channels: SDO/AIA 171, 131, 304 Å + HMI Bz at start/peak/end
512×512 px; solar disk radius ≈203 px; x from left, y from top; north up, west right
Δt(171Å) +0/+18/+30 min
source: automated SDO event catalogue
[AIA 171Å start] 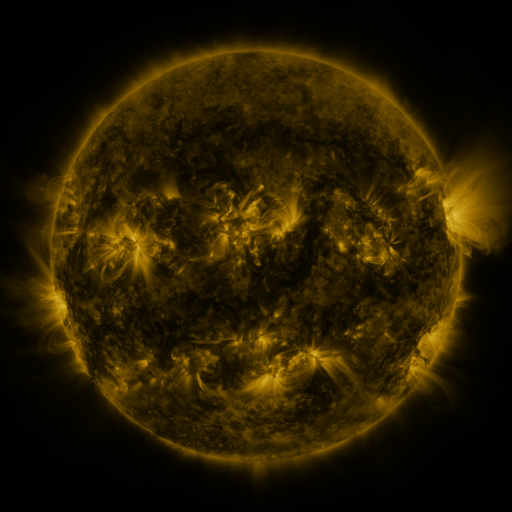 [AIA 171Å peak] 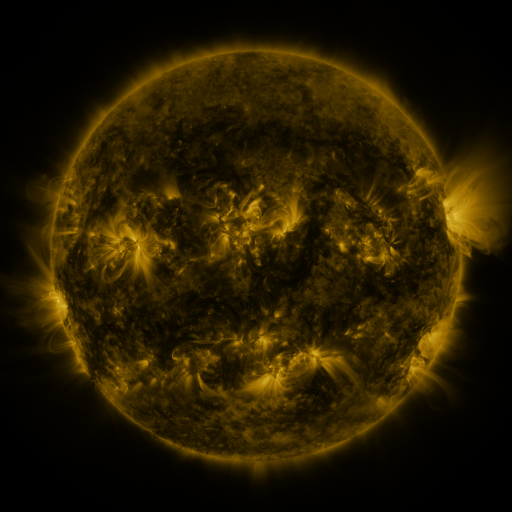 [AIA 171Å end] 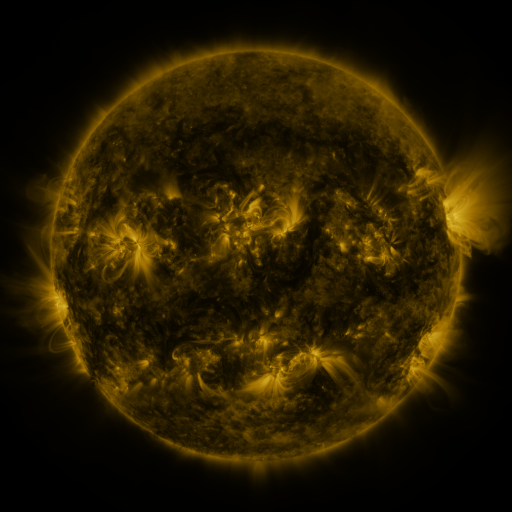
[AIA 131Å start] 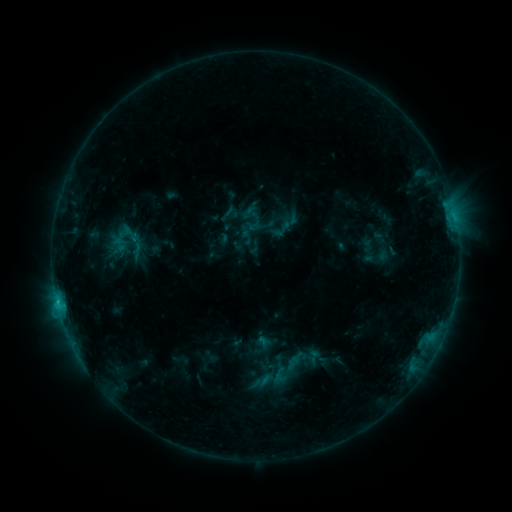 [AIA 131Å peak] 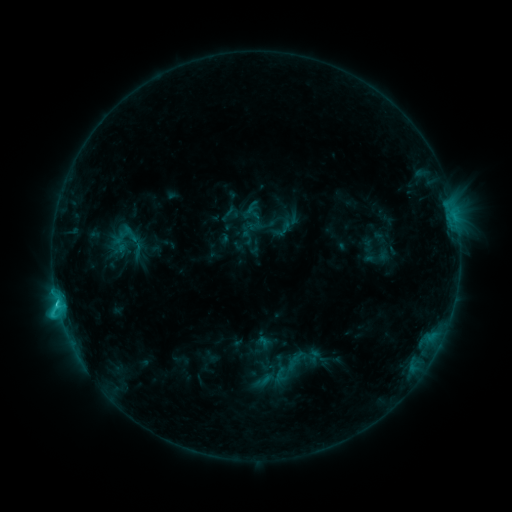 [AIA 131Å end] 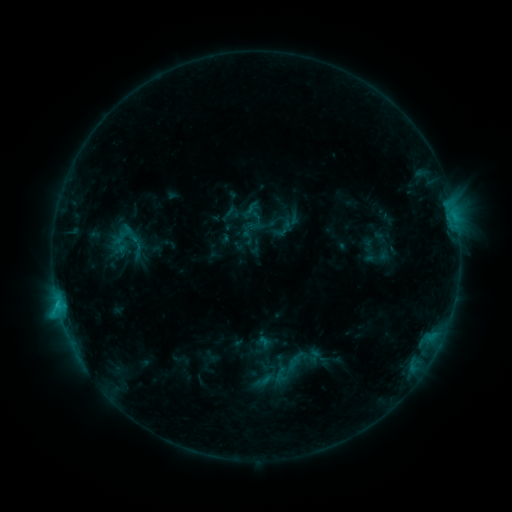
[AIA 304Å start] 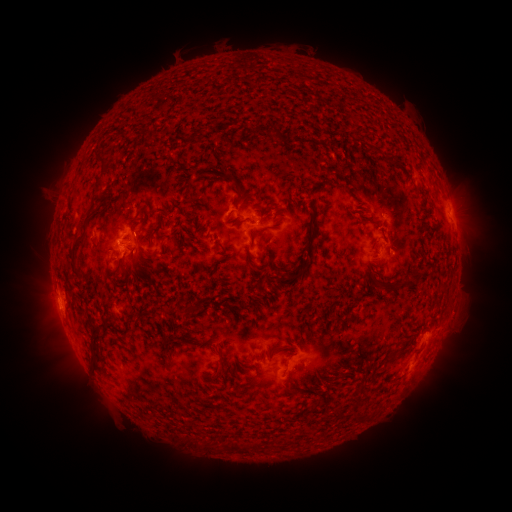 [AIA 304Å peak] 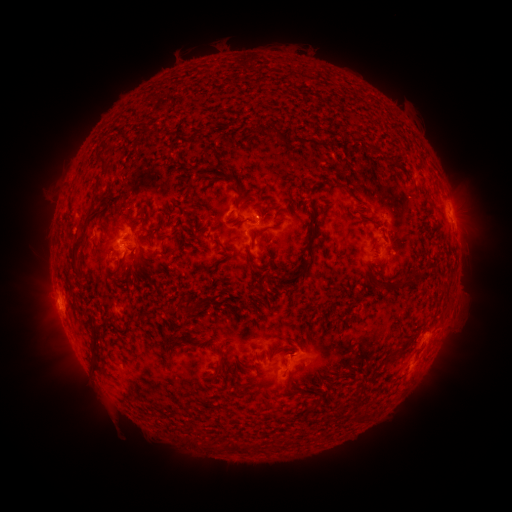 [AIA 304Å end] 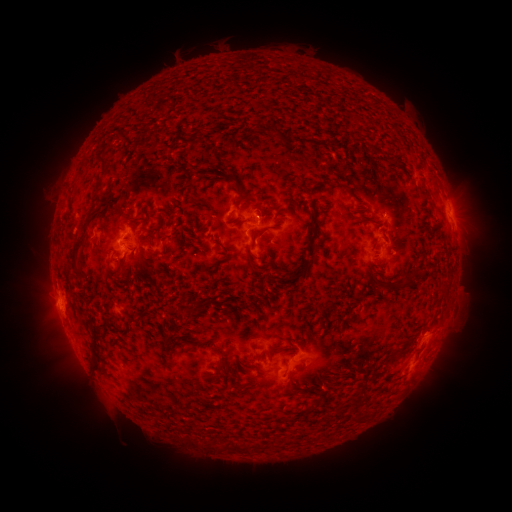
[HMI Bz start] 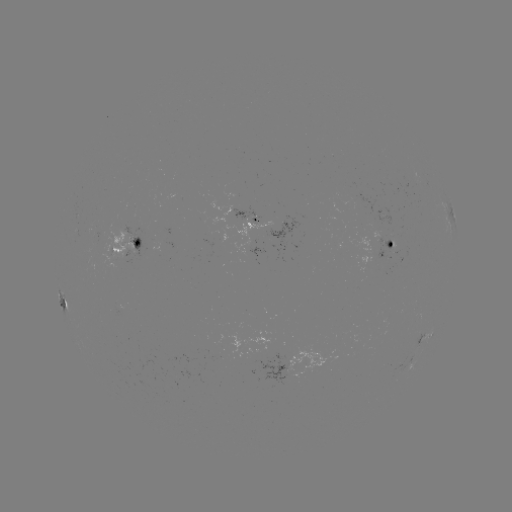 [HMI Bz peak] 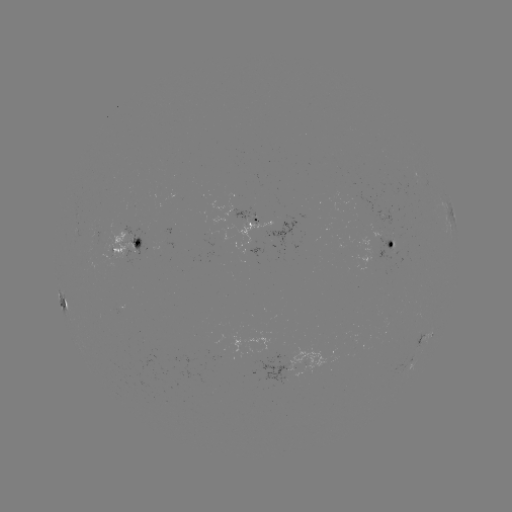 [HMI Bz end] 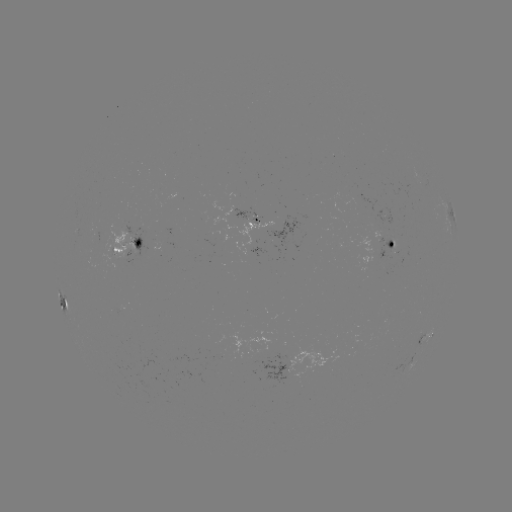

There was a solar flare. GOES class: C1.8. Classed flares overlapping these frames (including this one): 2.